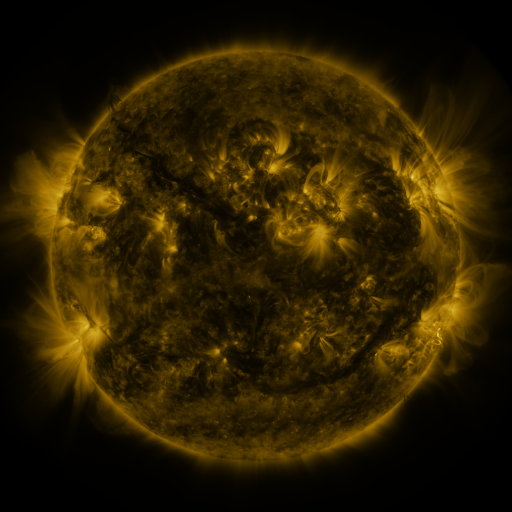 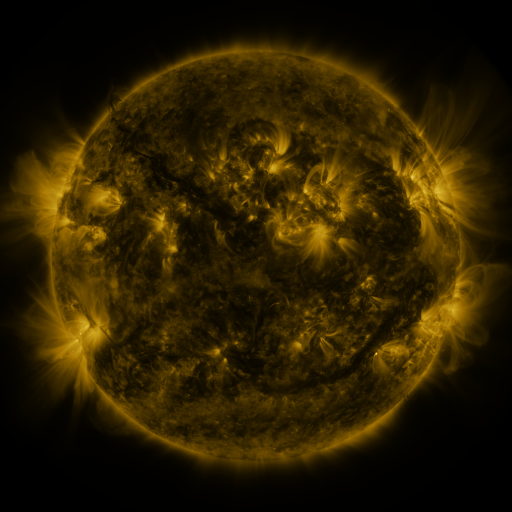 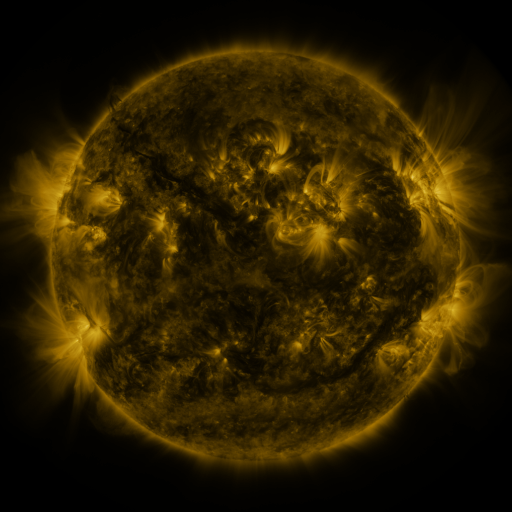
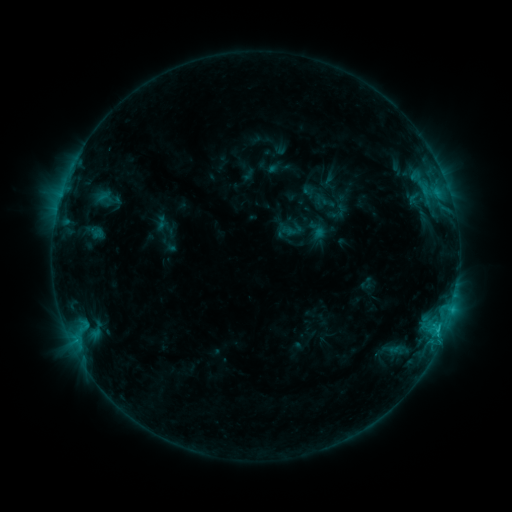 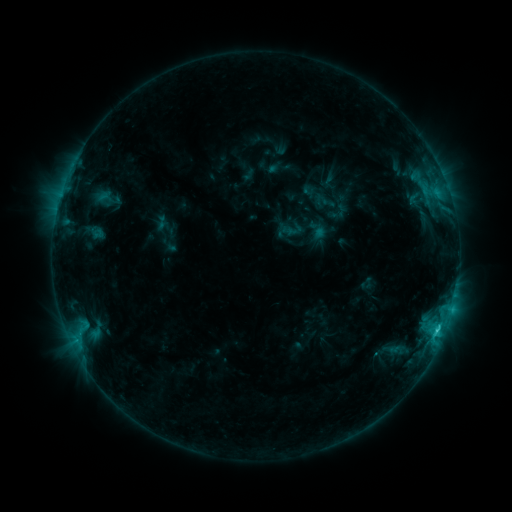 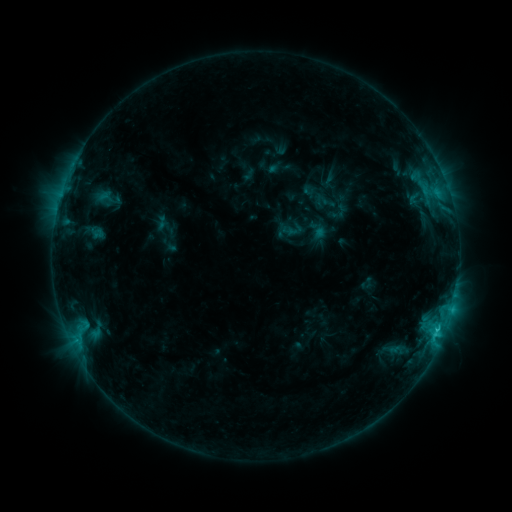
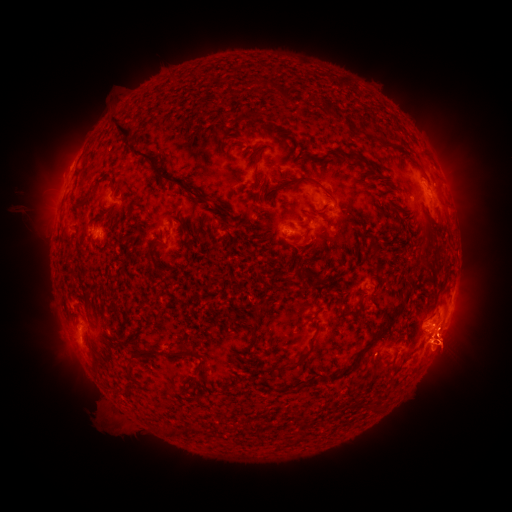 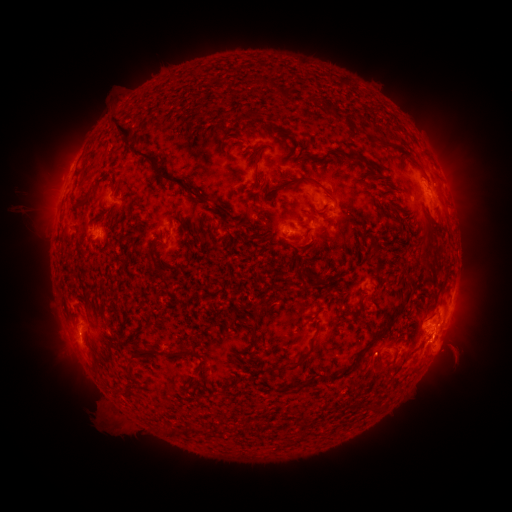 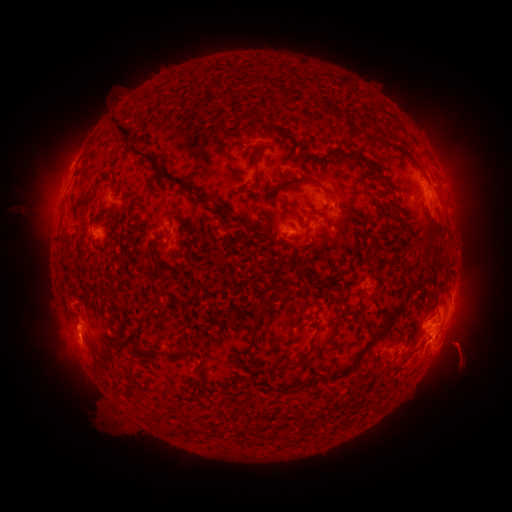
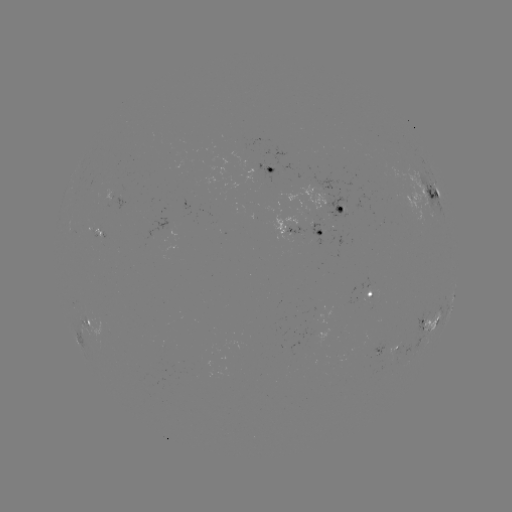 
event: eruption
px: (69, 336)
